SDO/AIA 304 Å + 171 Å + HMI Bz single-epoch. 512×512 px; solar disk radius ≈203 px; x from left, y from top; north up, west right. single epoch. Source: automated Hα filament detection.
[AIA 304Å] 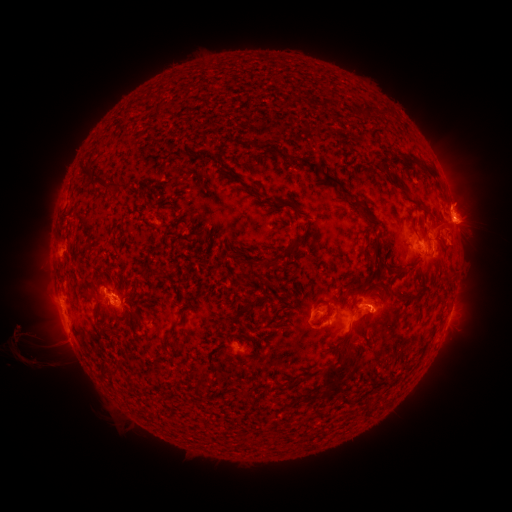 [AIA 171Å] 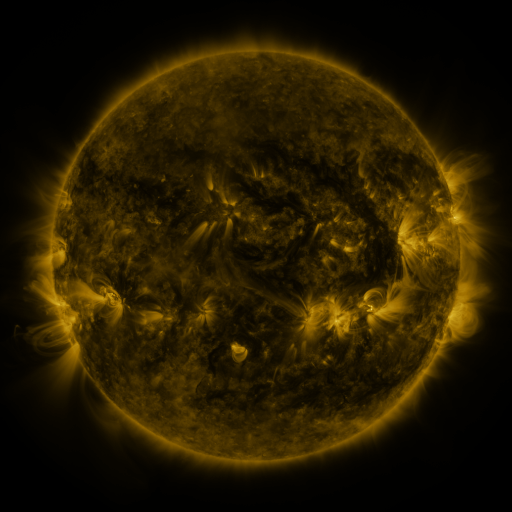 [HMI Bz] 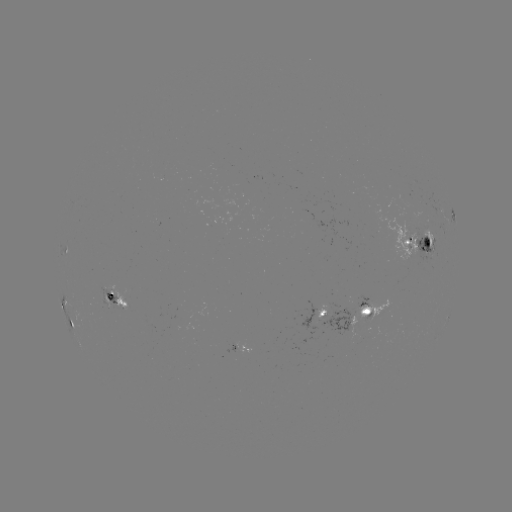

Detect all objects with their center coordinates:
filament: (296, 160)
filament: (314, 166)
filament: (87, 169)
filament: (431, 170)
filament: (385, 171)
filament: (100, 179)
filament: (398, 182)
filament: (113, 184)
filament: (345, 193)
filament: (421, 205)
filament: (367, 216)
filament: (294, 245)
filament: (374, 249)
filament: (261, 264)
filament: (240, 280)
filament: (354, 291)
filament: (408, 300)
filament: (71, 321)
filament: (332, 376)
filament: (198, 382)
filament: (344, 400)
